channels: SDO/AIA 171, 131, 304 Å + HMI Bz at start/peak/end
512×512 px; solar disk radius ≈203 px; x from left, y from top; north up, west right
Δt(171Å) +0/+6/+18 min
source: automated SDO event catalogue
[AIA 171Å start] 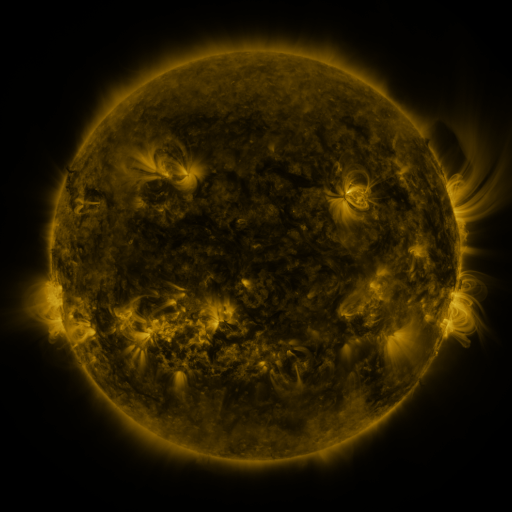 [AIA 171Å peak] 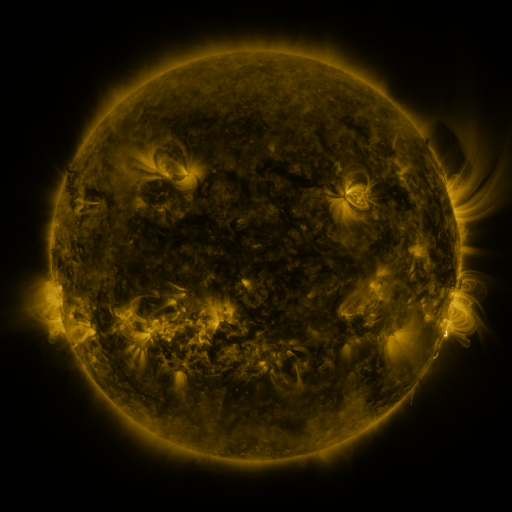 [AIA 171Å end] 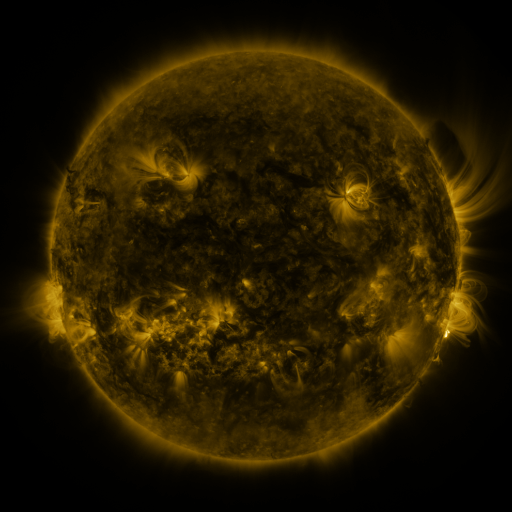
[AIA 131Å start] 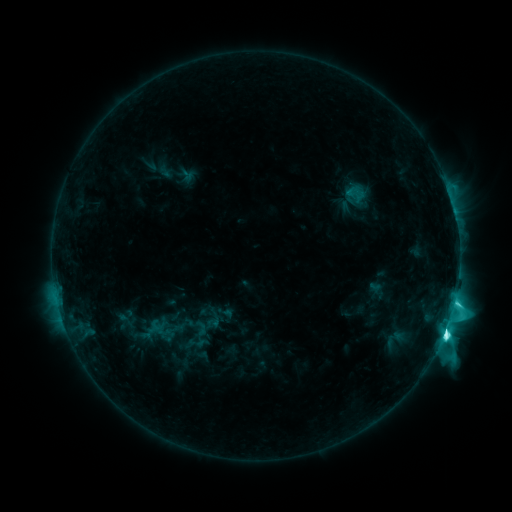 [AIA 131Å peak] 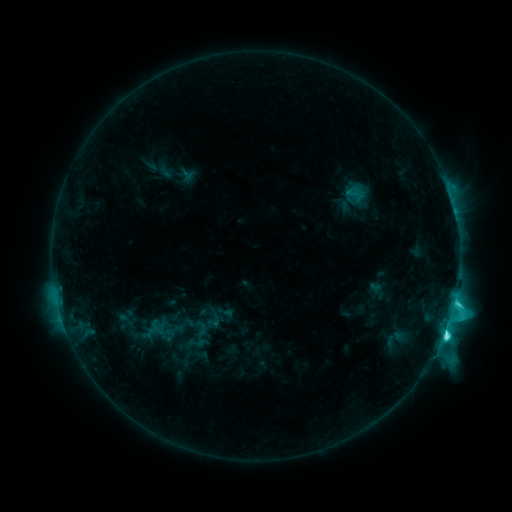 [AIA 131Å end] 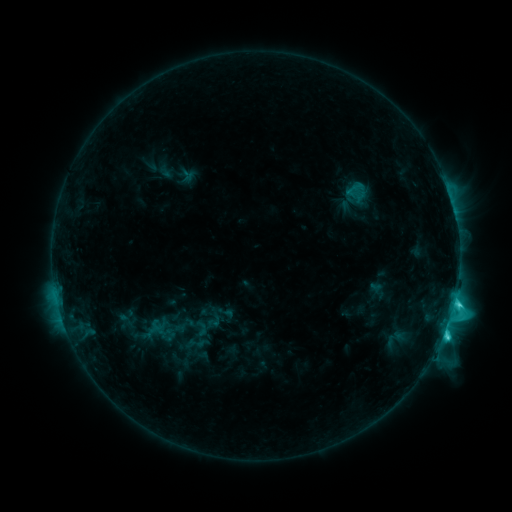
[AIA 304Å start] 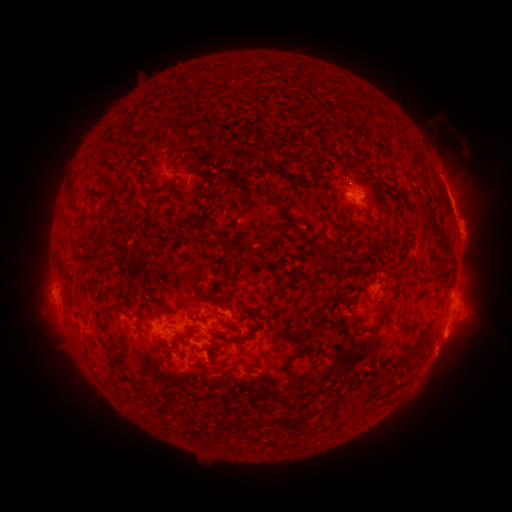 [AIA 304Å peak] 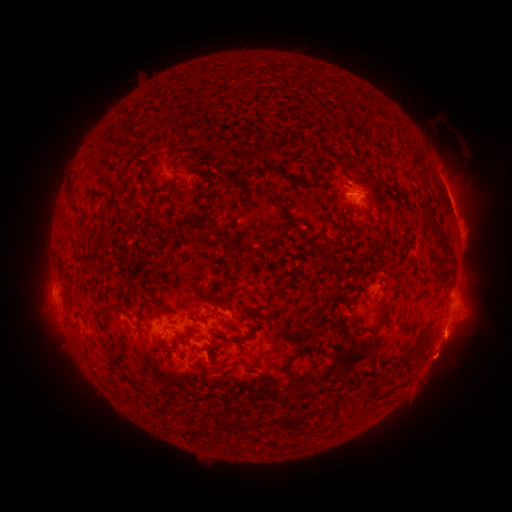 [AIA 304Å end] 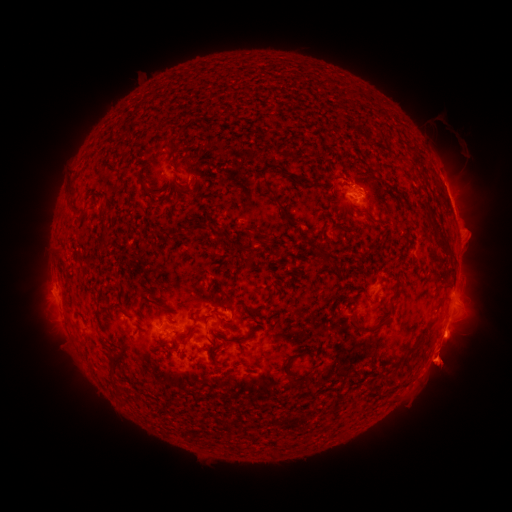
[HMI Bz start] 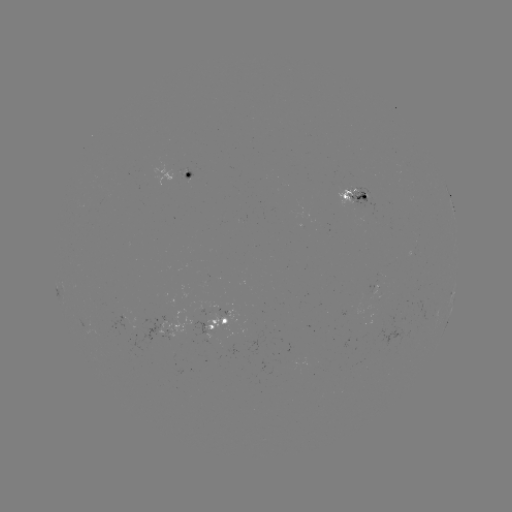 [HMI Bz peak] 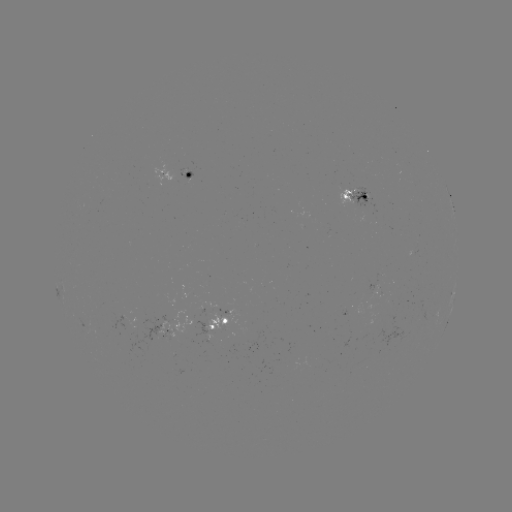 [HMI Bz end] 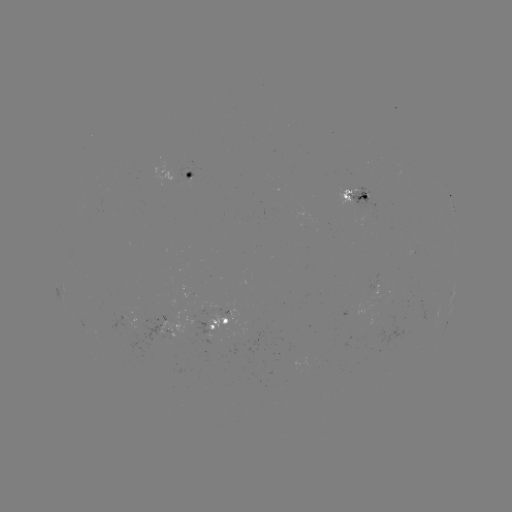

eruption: <bbox>415, 338, 470, 391</bbox>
